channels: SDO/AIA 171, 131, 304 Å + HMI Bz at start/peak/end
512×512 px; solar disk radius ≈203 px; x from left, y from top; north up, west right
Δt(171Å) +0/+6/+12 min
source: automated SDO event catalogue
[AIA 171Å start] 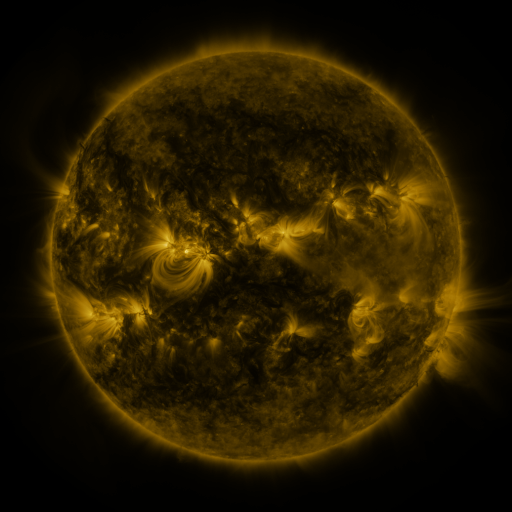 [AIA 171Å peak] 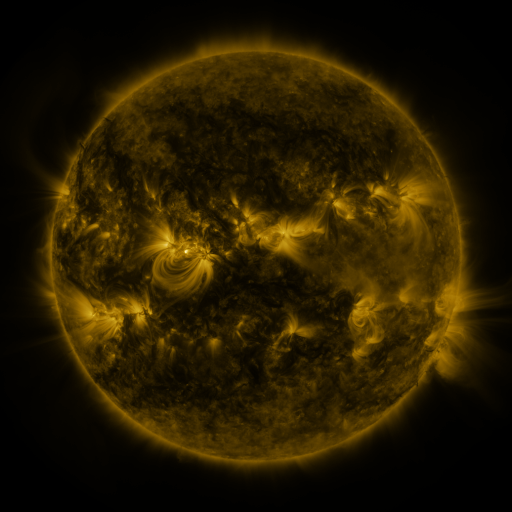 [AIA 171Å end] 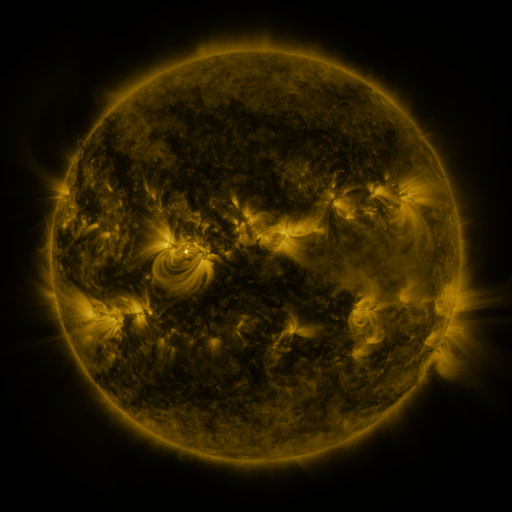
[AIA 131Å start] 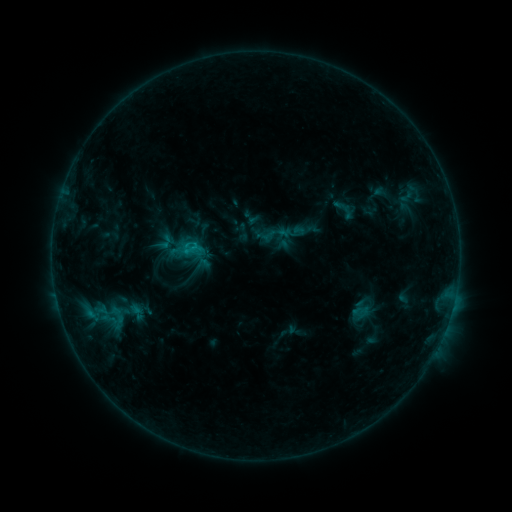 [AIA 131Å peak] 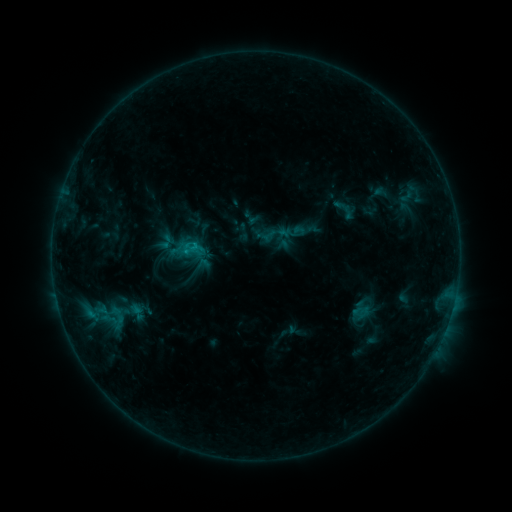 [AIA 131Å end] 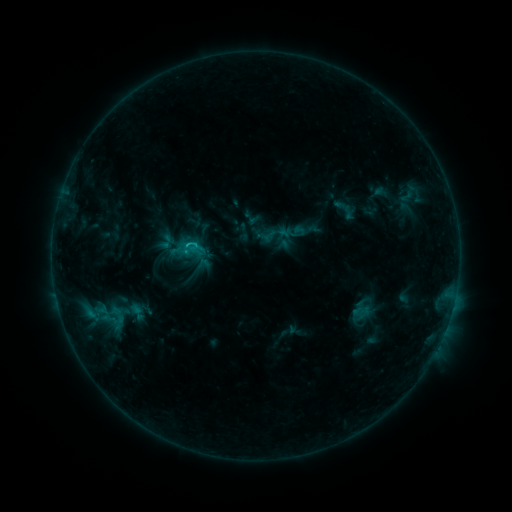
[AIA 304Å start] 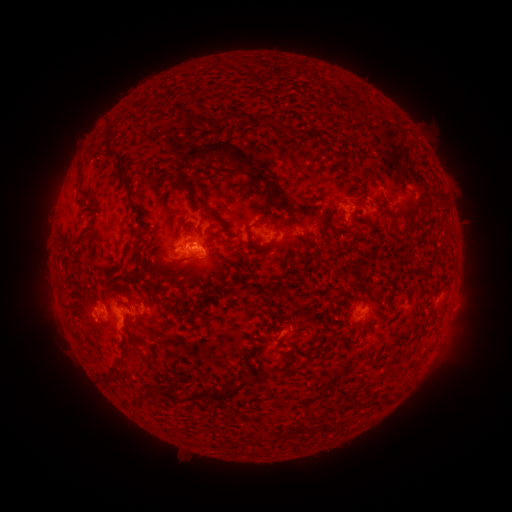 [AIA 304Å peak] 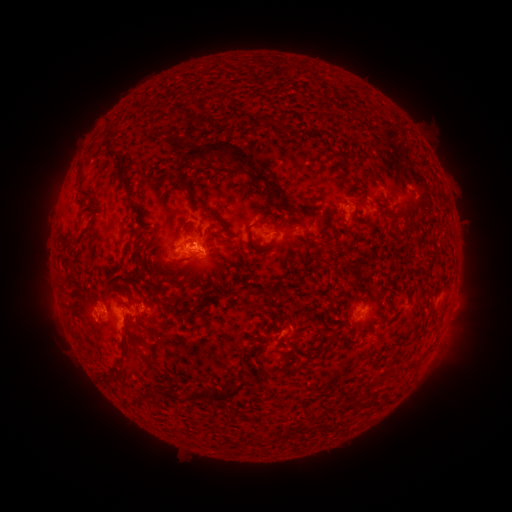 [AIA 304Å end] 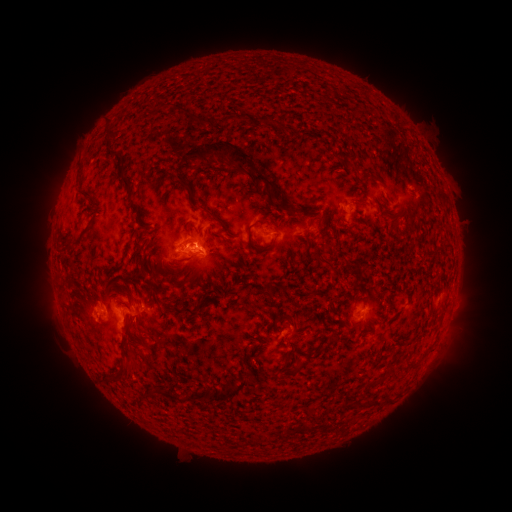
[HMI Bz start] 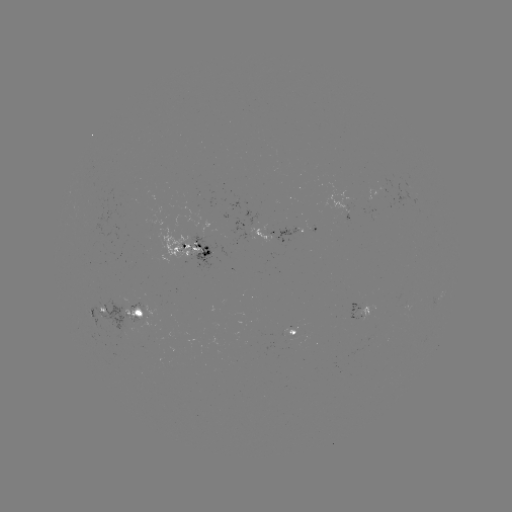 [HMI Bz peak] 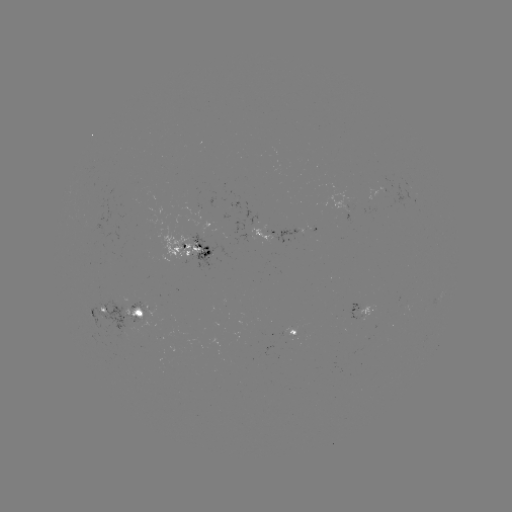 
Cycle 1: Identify C1.0 flare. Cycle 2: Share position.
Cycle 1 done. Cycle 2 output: (196, 249).